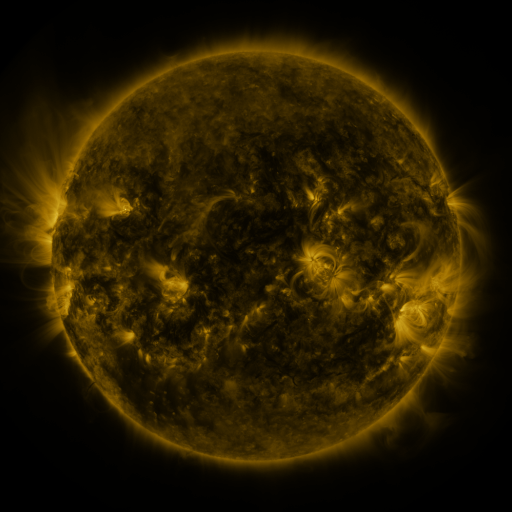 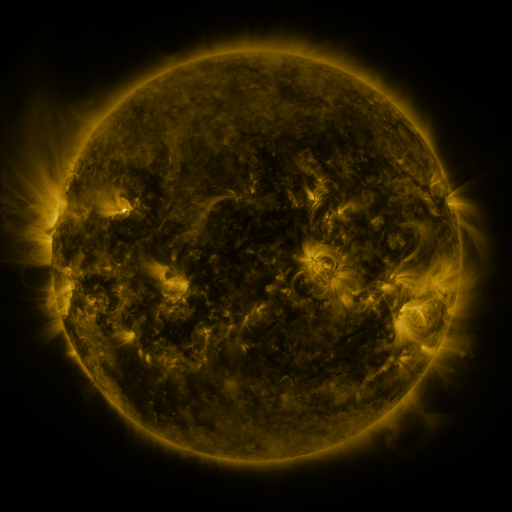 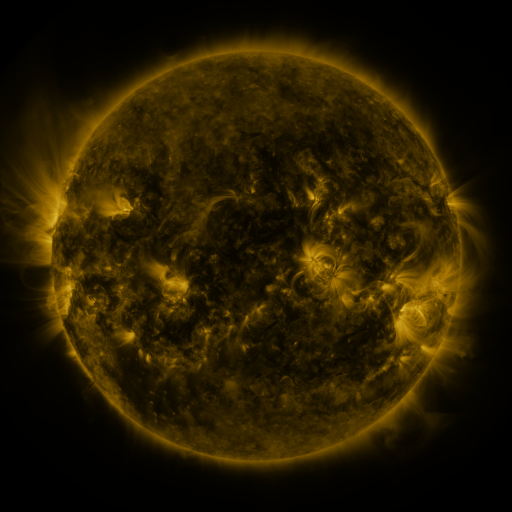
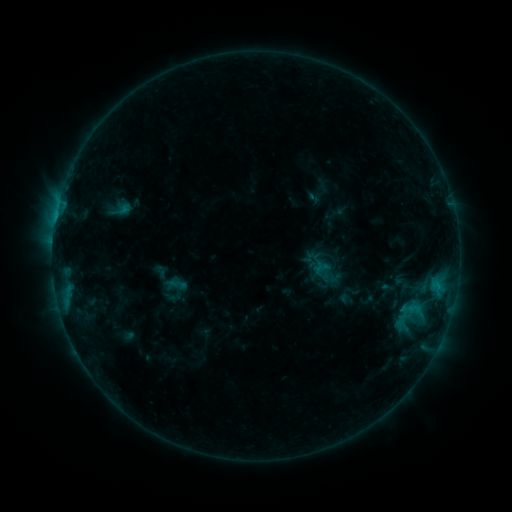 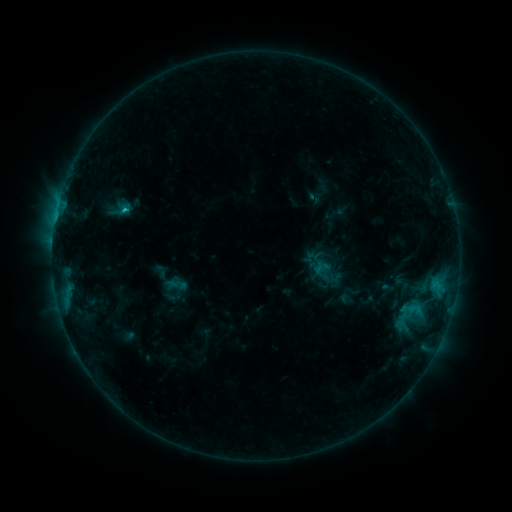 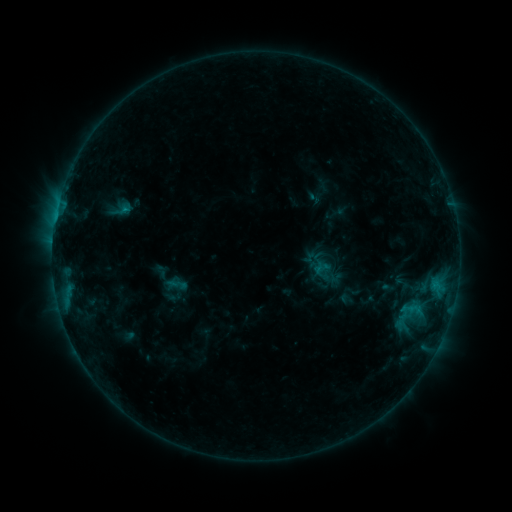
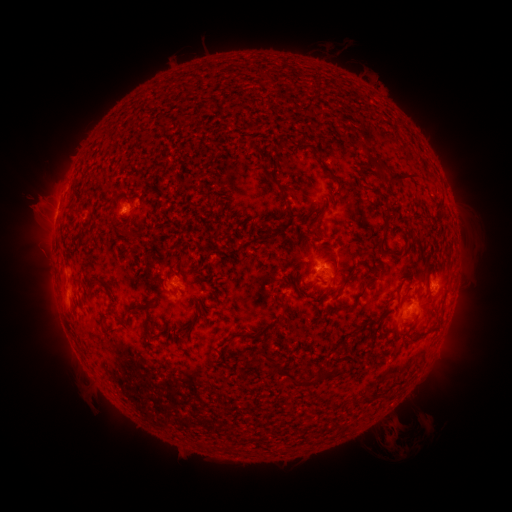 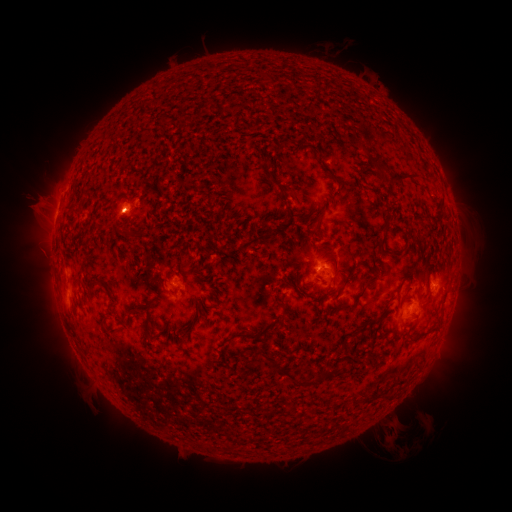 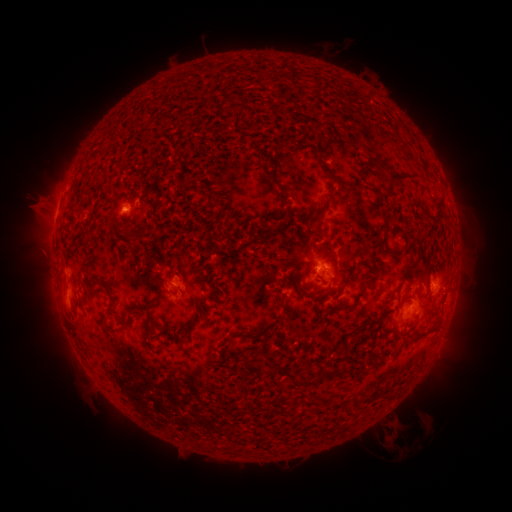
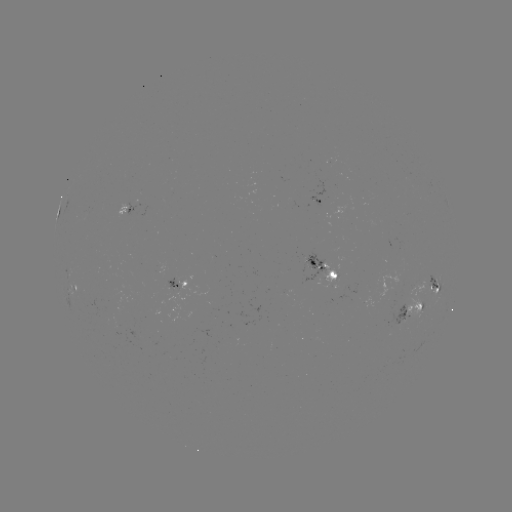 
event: flare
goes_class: C1.1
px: (126, 213)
